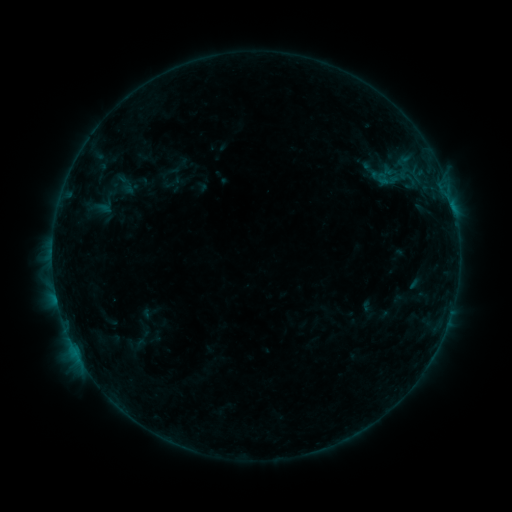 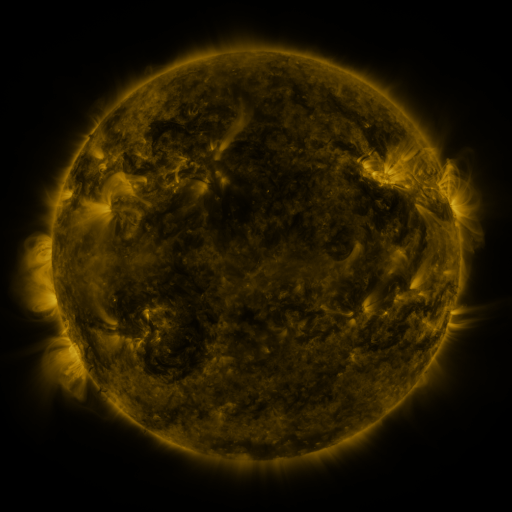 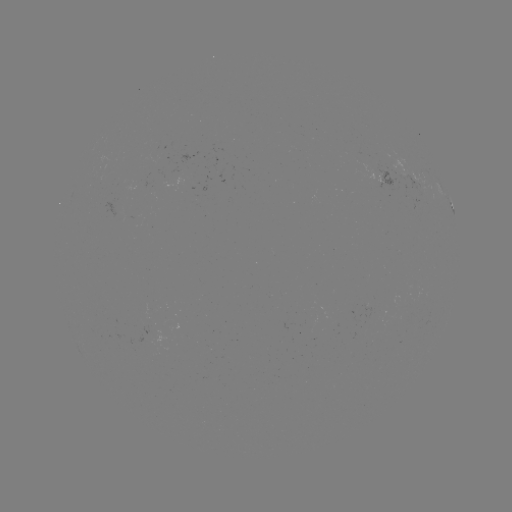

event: sigmoid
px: (111, 195)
